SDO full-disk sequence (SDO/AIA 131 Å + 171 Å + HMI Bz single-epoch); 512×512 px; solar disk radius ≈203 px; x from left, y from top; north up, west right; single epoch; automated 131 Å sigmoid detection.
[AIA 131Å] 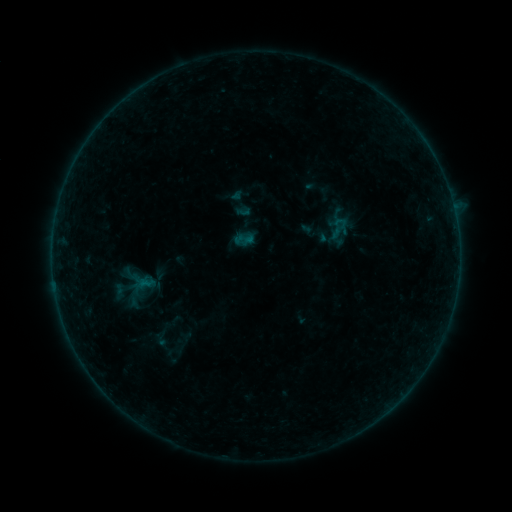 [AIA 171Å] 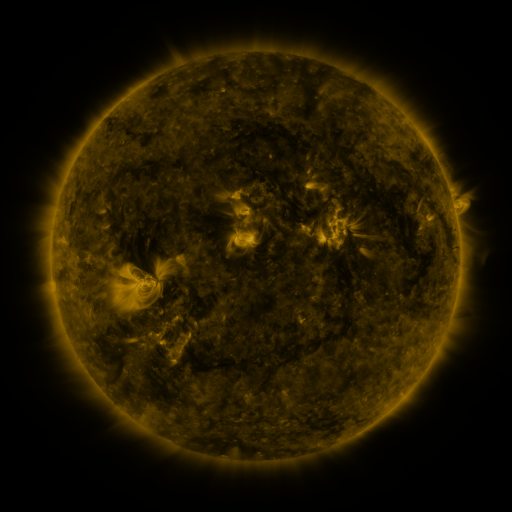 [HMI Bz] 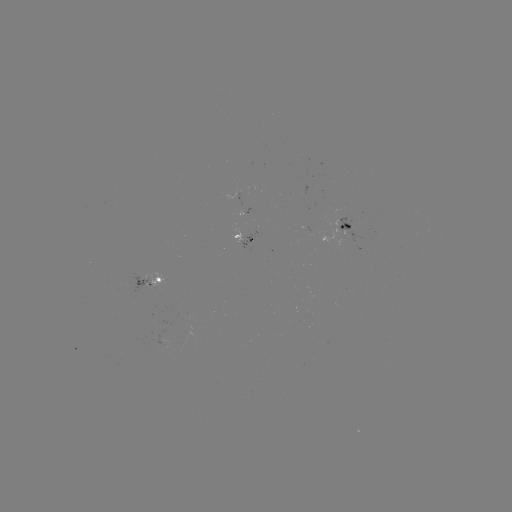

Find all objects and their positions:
sigmoid: (340, 223)
sigmoid: (163, 339)
